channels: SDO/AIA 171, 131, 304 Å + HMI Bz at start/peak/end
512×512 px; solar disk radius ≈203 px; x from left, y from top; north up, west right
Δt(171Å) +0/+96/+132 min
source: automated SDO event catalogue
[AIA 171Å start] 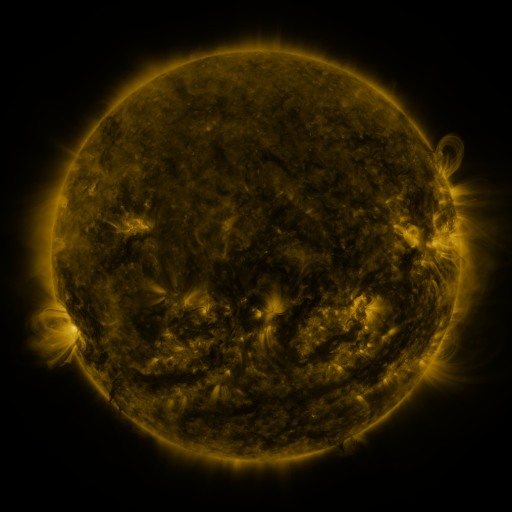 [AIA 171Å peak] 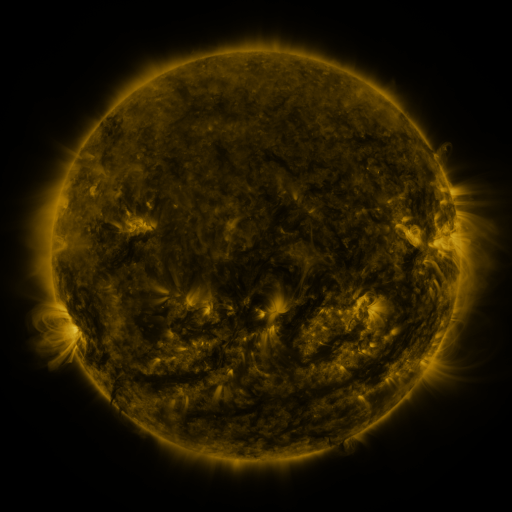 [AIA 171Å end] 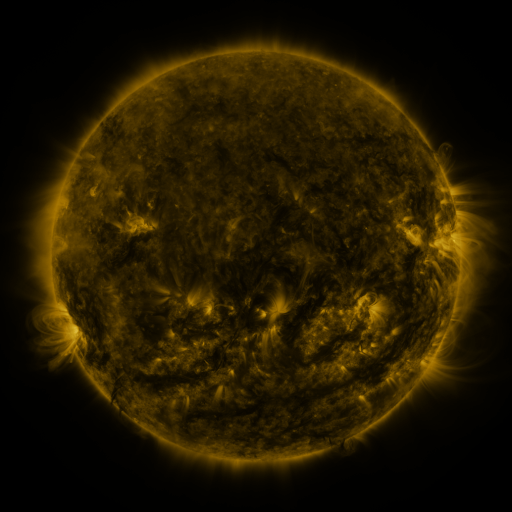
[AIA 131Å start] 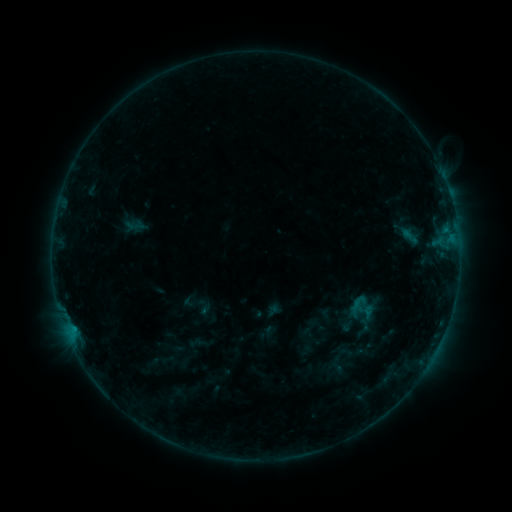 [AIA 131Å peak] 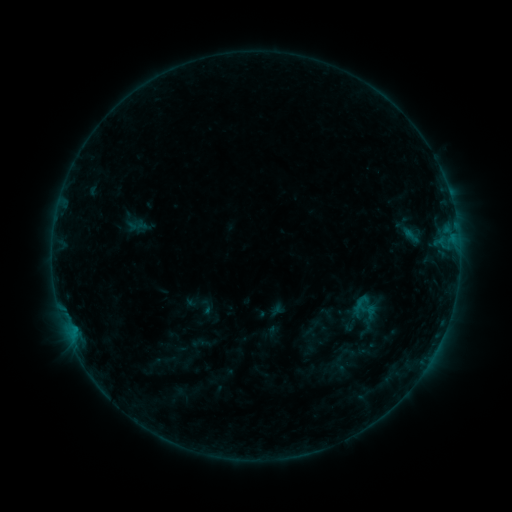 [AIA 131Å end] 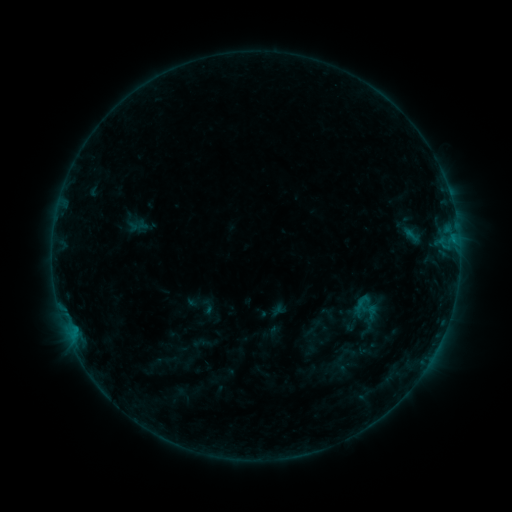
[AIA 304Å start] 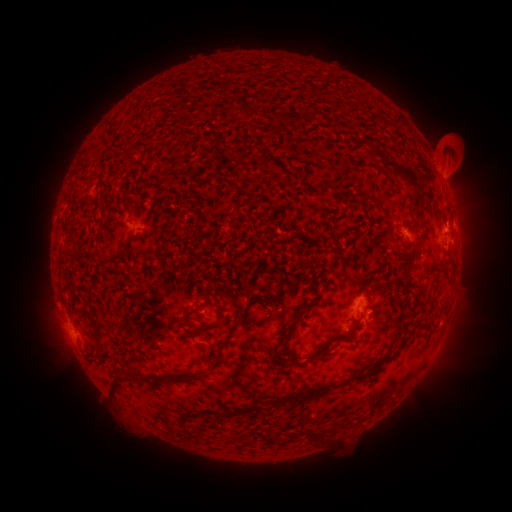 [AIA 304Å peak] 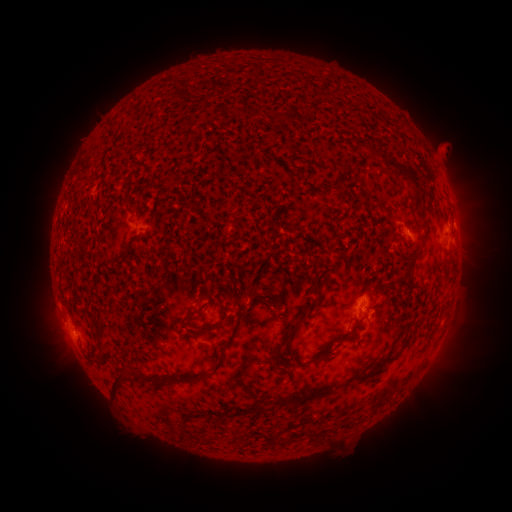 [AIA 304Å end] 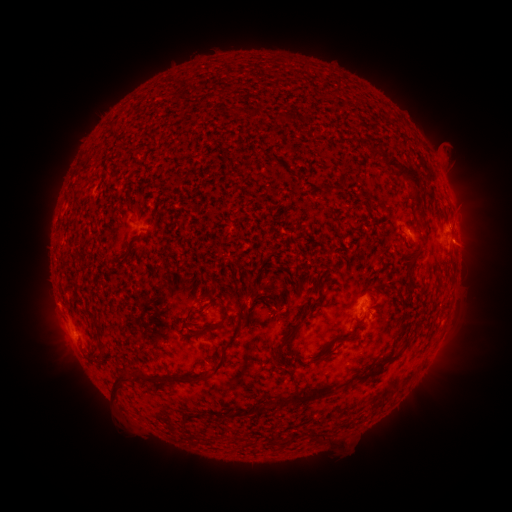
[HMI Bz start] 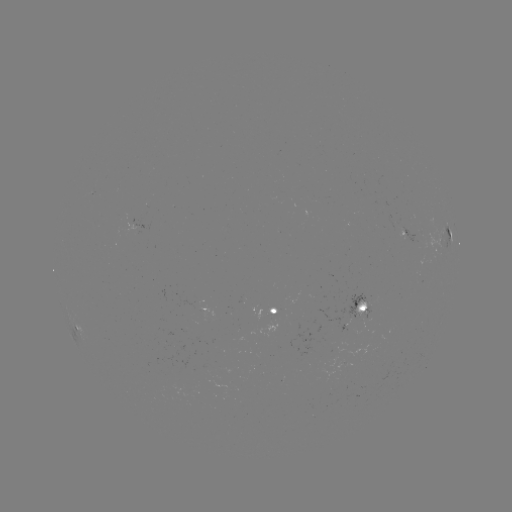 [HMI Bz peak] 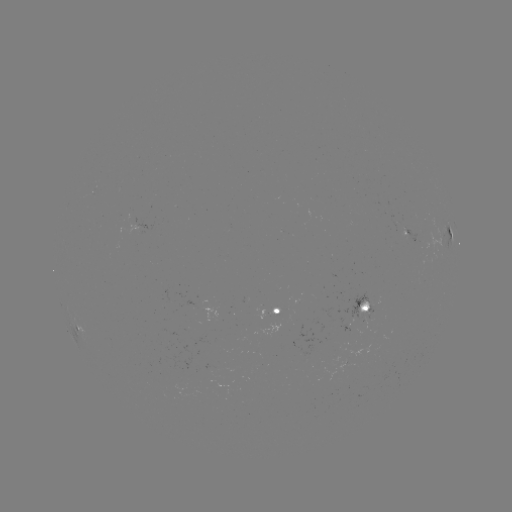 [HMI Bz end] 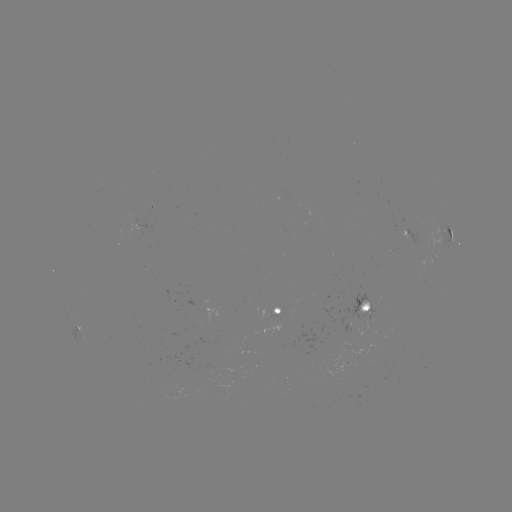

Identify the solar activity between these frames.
emerging-flux region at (368, 320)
